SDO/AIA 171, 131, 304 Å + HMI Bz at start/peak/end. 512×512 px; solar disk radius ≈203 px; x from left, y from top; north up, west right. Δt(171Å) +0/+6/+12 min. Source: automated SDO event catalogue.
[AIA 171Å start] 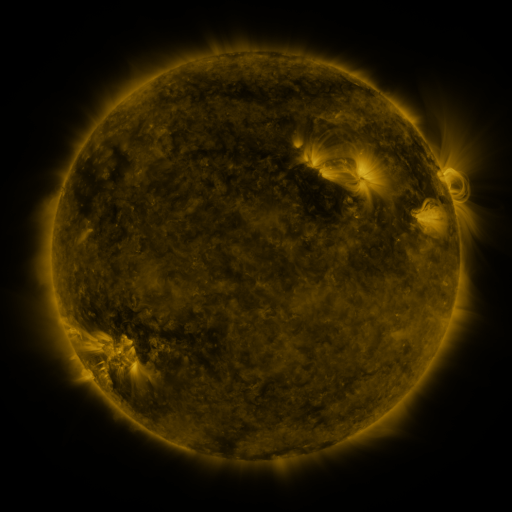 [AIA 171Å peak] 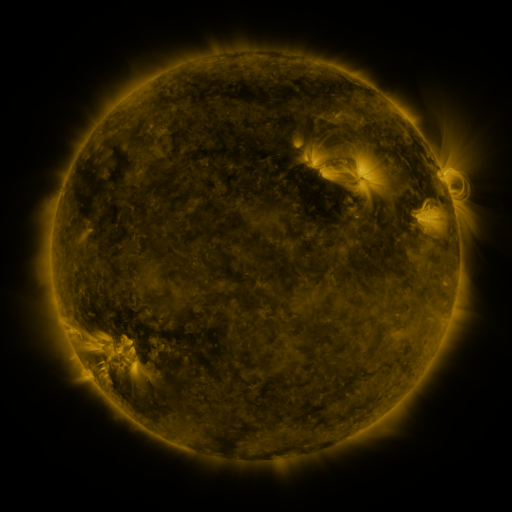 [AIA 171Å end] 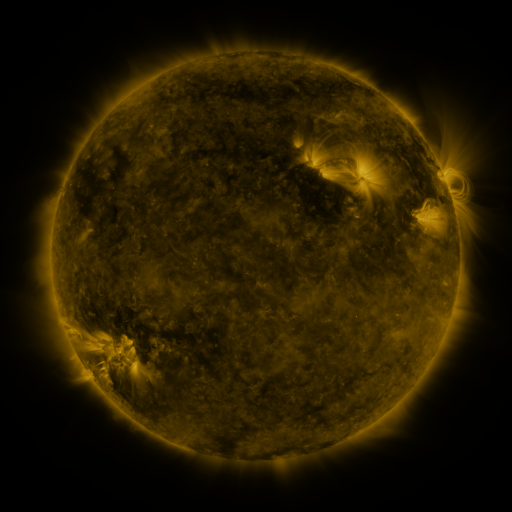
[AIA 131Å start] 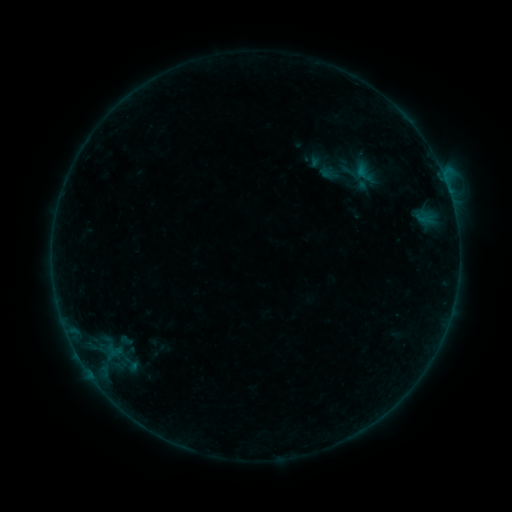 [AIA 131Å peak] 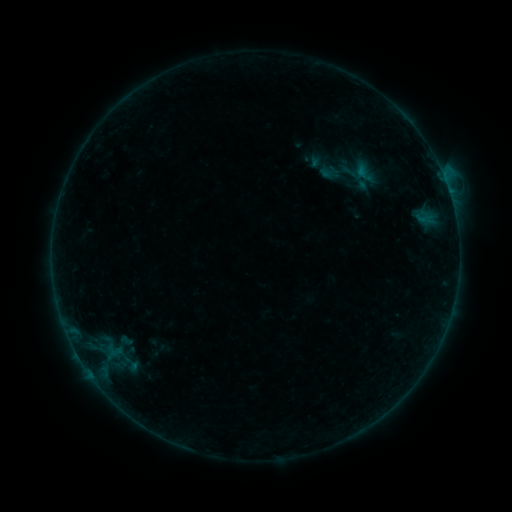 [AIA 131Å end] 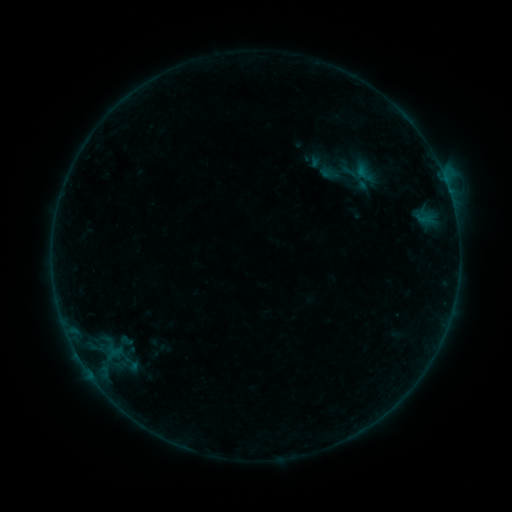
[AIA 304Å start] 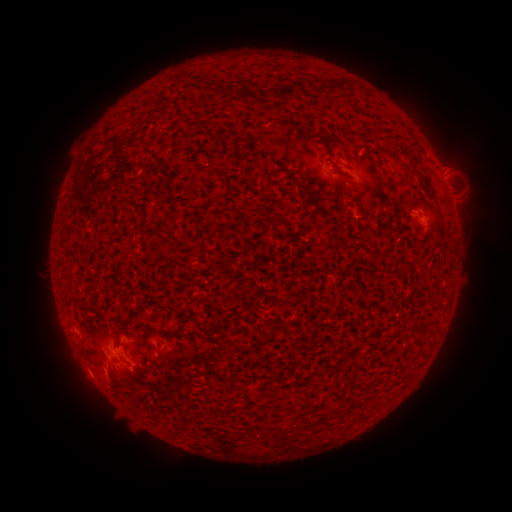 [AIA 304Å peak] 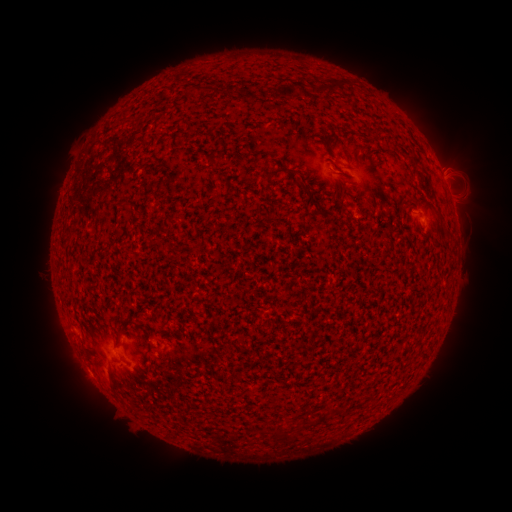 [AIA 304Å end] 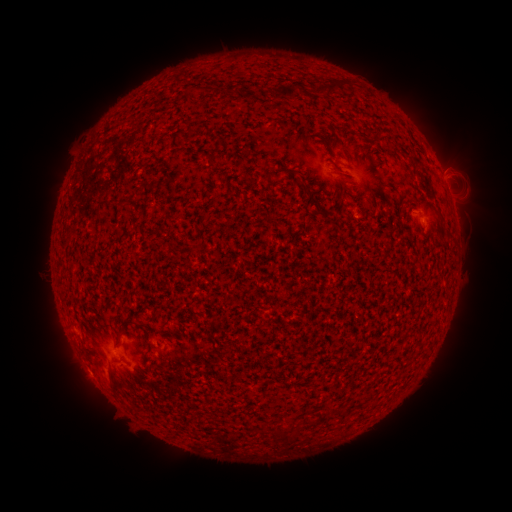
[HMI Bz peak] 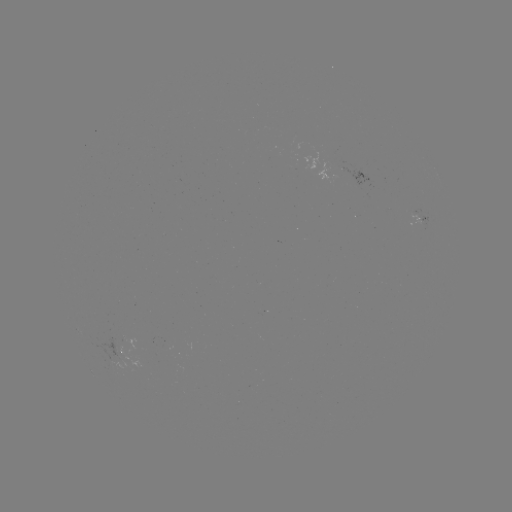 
nothing was catalogued: no classed flare, no EUV trigger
